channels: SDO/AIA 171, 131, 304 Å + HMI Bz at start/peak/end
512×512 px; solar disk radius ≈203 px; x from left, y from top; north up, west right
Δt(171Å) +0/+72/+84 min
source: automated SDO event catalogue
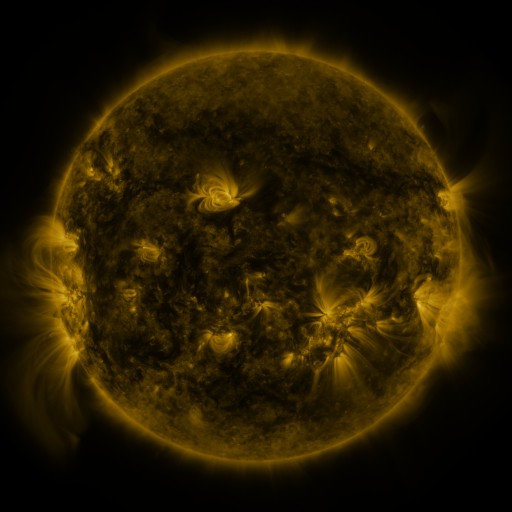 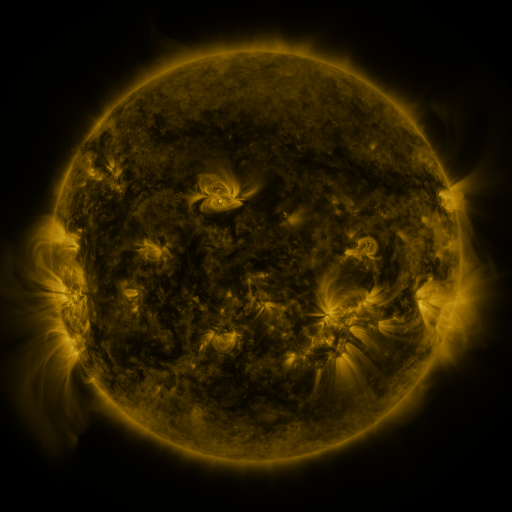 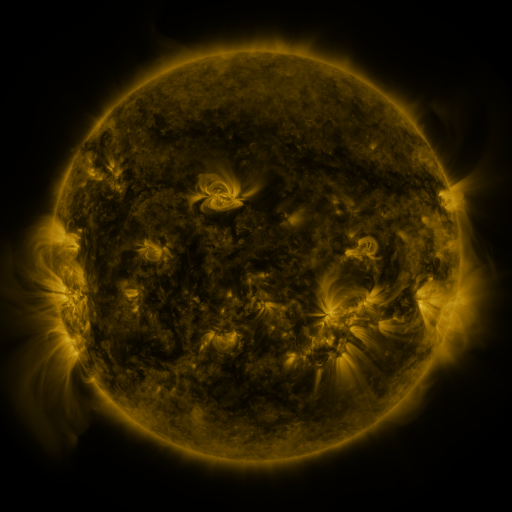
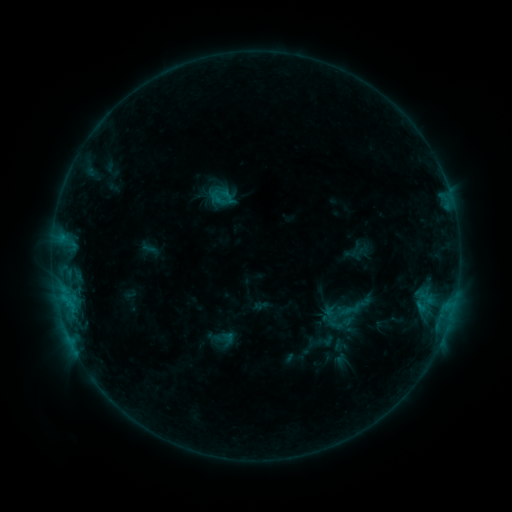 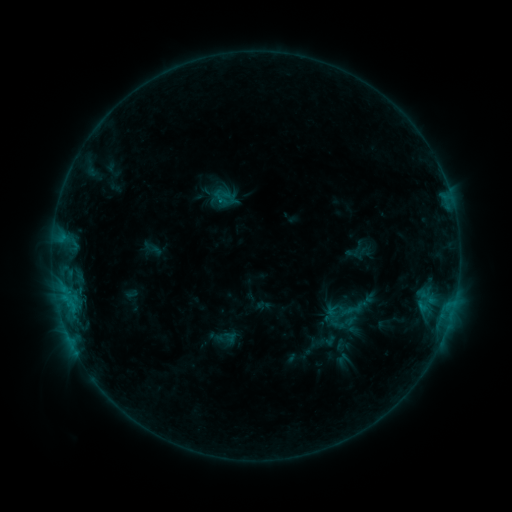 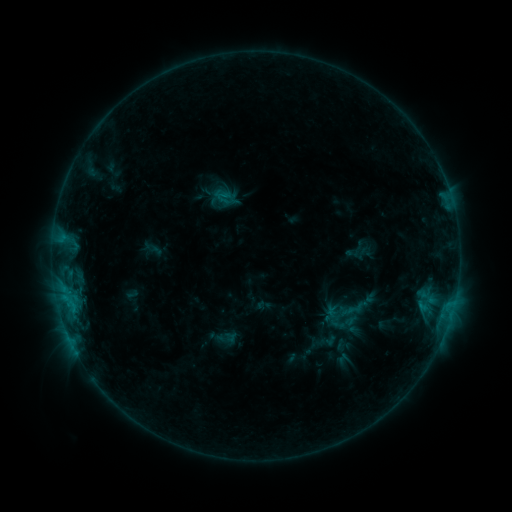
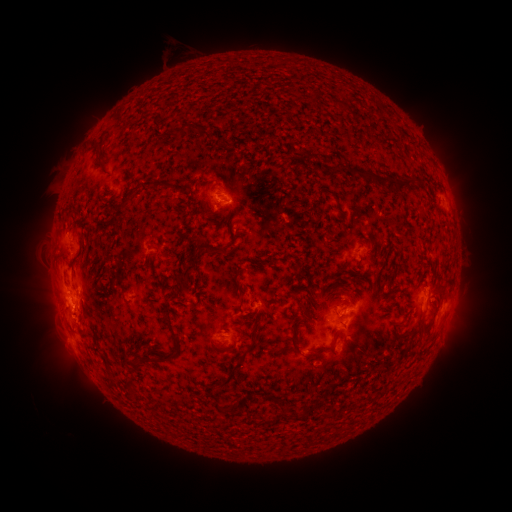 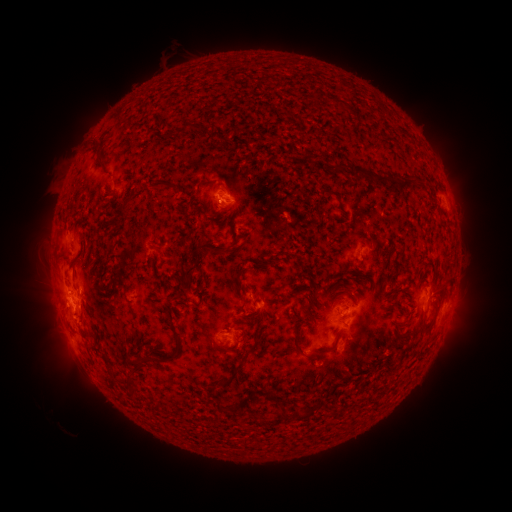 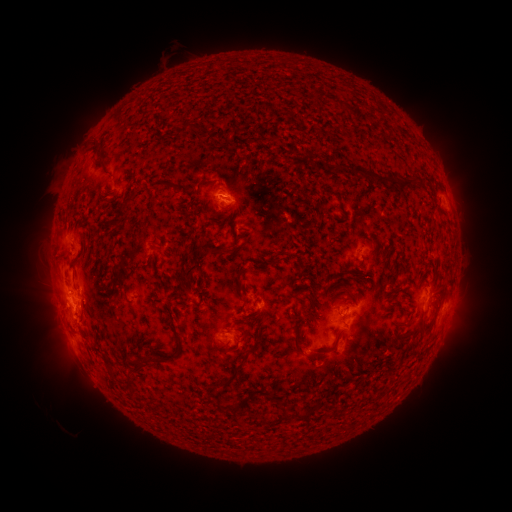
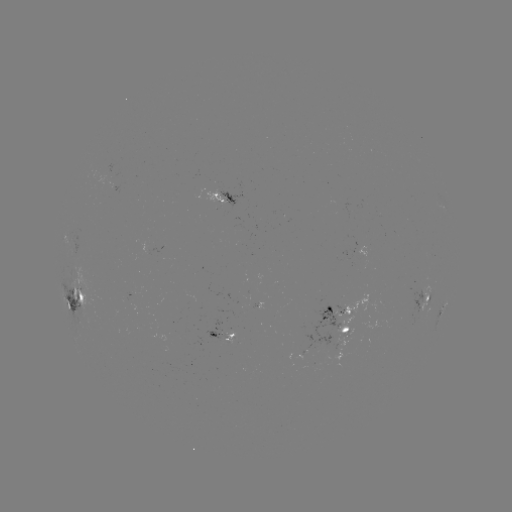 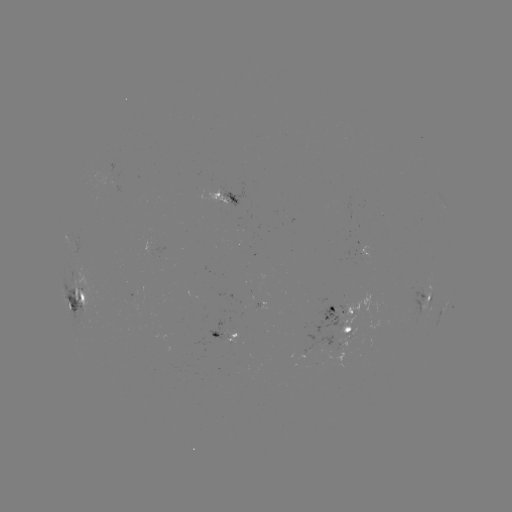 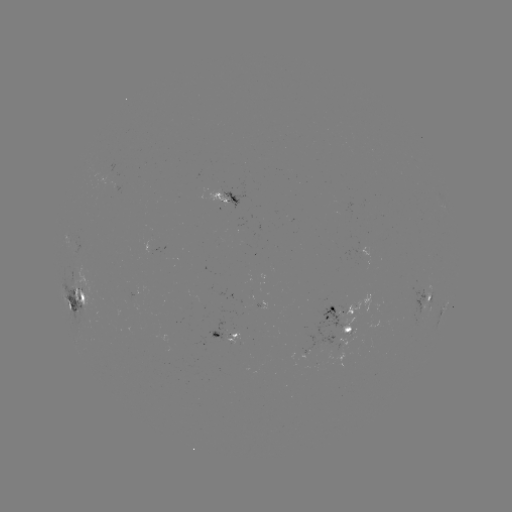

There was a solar emerging-flux region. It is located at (227, 339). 